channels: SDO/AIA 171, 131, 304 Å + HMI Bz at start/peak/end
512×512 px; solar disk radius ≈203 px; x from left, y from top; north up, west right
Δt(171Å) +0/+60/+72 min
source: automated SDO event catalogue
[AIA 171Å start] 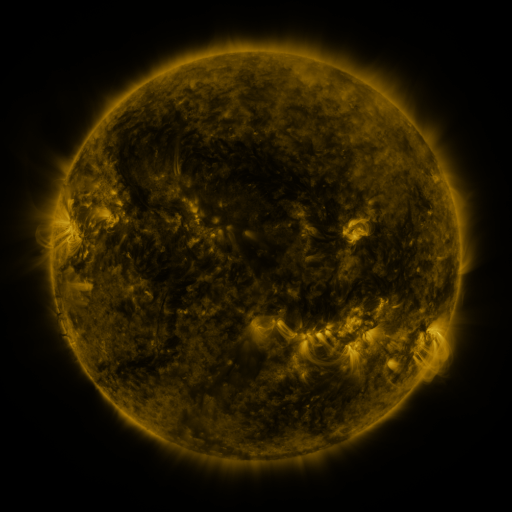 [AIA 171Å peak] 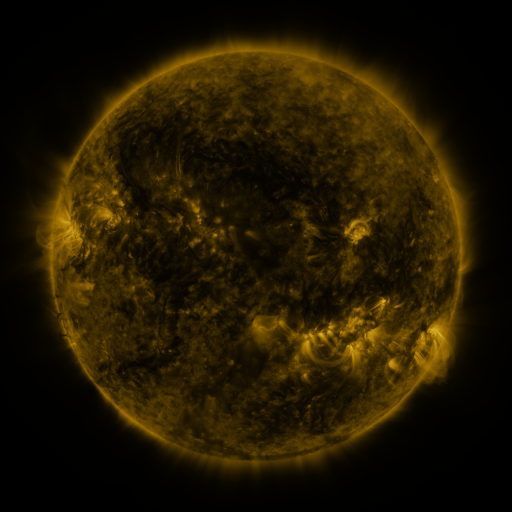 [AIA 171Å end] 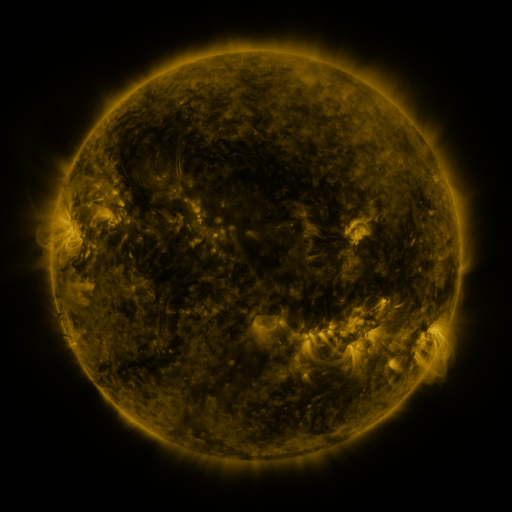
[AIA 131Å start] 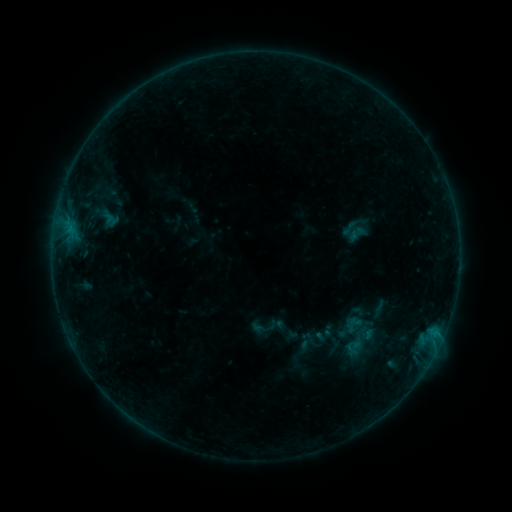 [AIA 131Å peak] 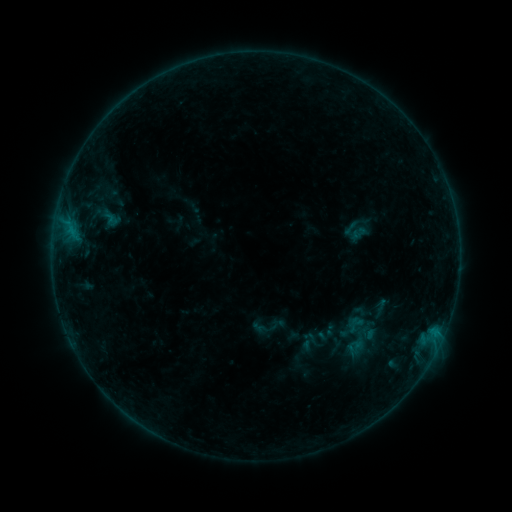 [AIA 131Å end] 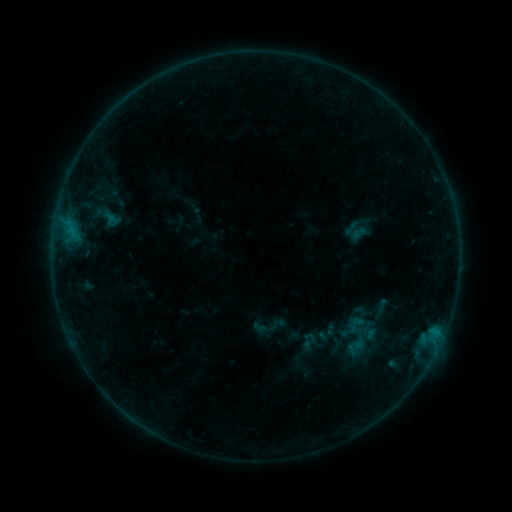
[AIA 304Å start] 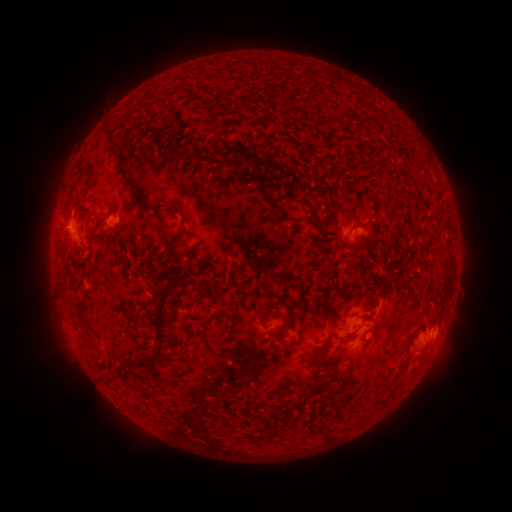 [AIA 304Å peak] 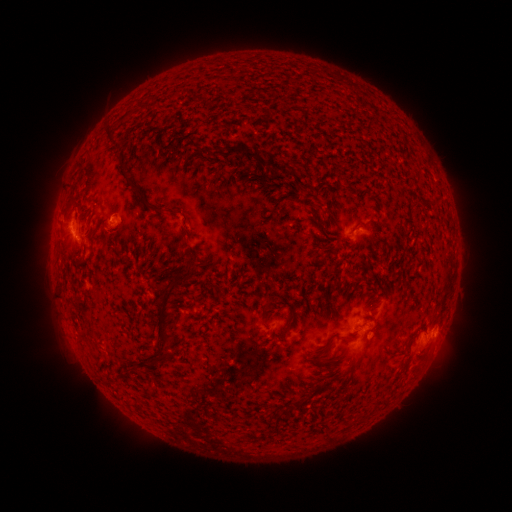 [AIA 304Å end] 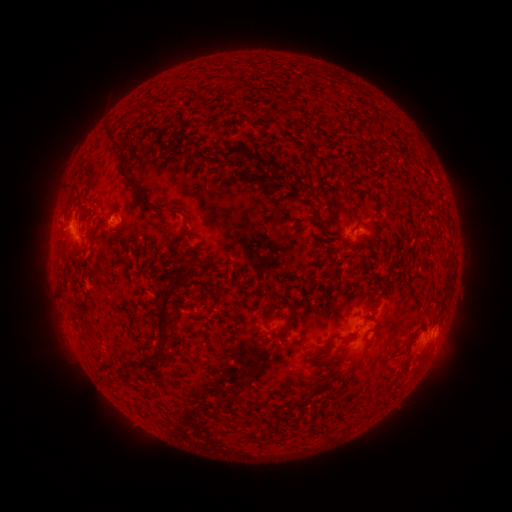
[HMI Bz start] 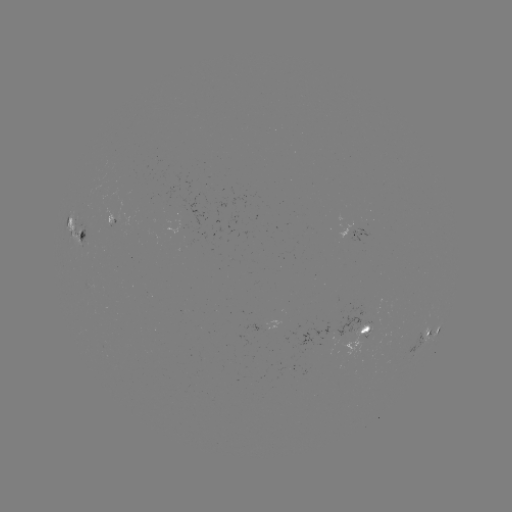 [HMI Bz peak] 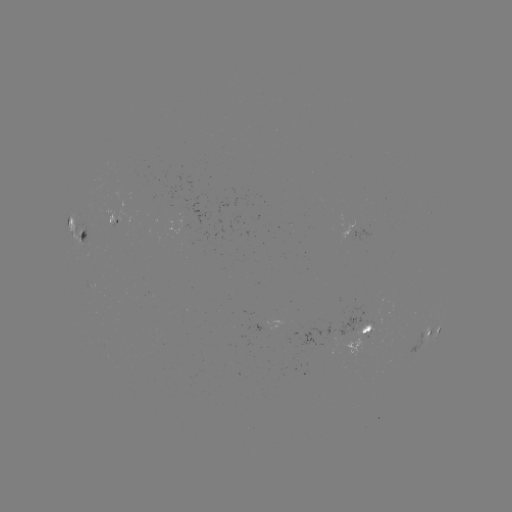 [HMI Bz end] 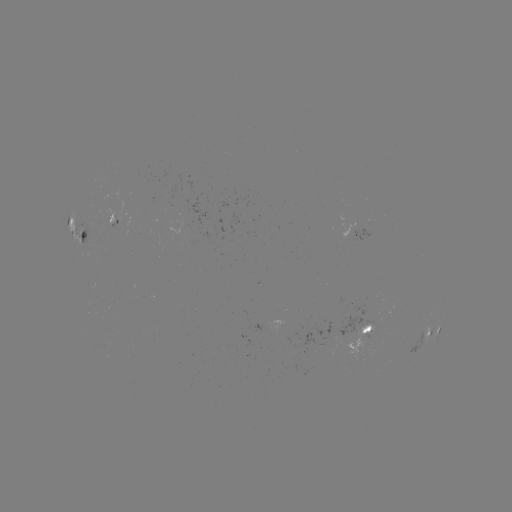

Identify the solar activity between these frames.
emerging-flux region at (110, 220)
